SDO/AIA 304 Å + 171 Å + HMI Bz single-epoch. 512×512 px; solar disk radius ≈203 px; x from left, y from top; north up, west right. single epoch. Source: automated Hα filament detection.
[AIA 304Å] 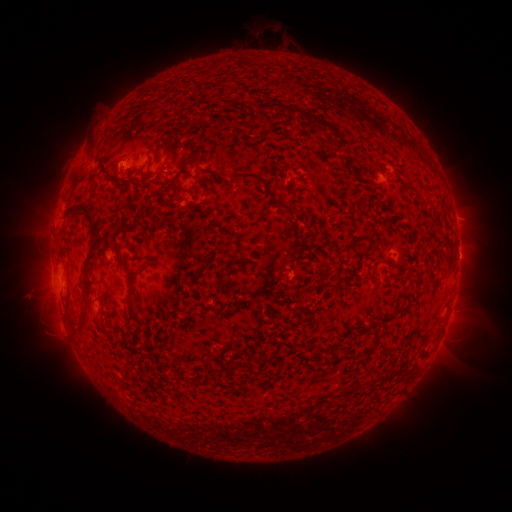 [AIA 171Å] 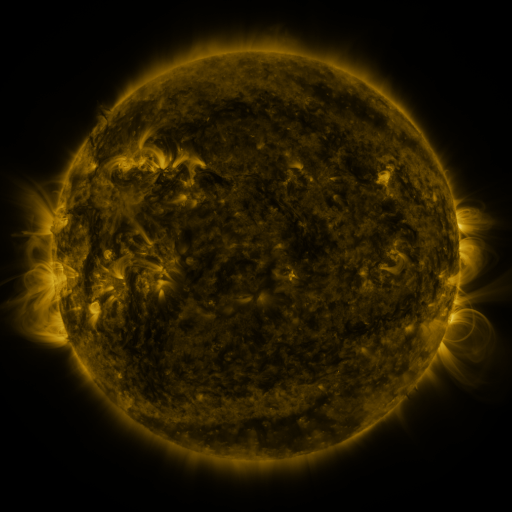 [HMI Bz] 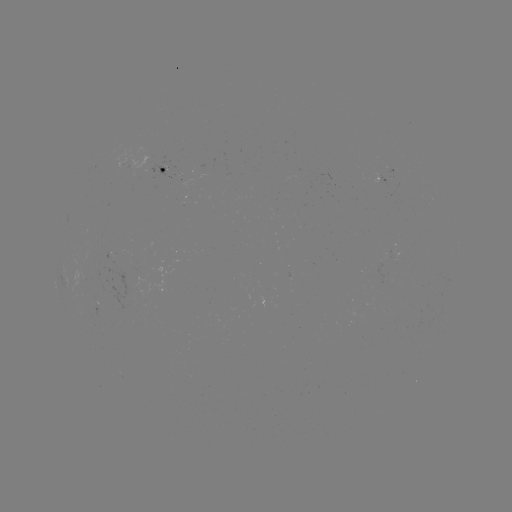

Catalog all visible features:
filament: <bbox>254, 101, 338, 137</bbox>
filament: <bbox>334, 136, 347, 151</bbox>
filament: <bbox>84, 143, 97, 163</bbox>
filament: <bbox>193, 158, 295, 215</bbox>
filament: <bbox>145, 161, 151, 171</bbox>
filament: <bbox>150, 176, 178, 202</bbox>
filament: <bbox>409, 188, 418, 195</bbox>
filament: <bbox>61, 204, 94, 224</bbox>
filament: <bbox>79, 217, 99, 333</bbox>
filament: <bbox>363, 222, 373, 231</bbox>
filament: <bbox>120, 256, 127, 269</bbox>
filament: <bbox>229, 257, 234, 267</bbox>
filament: <bbox>200, 262, 210, 272</bbox>
filament: <bbox>127, 270, 140, 300</bbox>
filament: <bbox>217, 273, 225, 291</bbox>
filament: <bbox>379, 304, 409, 322</bbox>
filament: <bbox>125, 320, 133, 333</bbox>
